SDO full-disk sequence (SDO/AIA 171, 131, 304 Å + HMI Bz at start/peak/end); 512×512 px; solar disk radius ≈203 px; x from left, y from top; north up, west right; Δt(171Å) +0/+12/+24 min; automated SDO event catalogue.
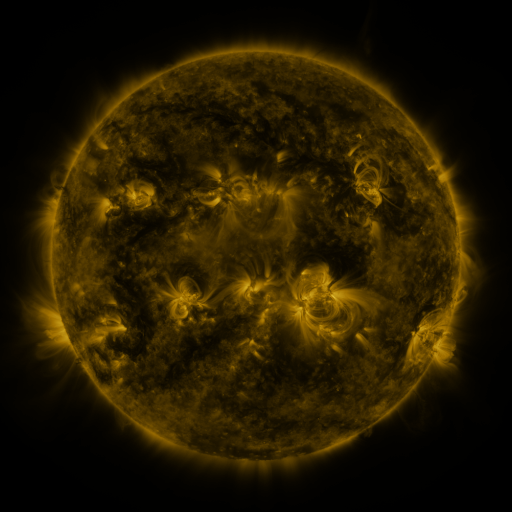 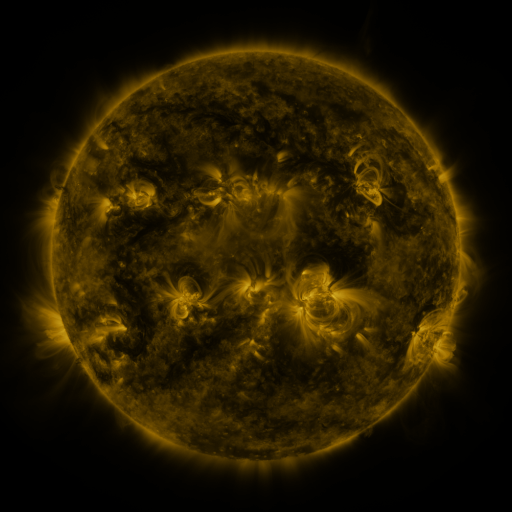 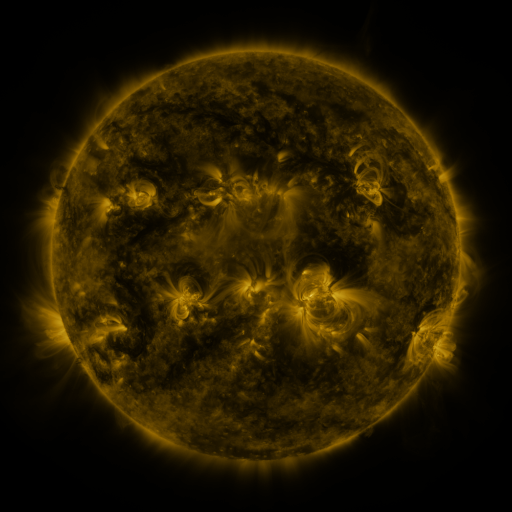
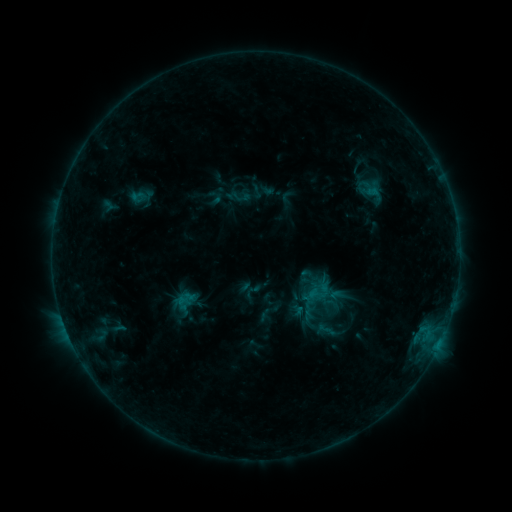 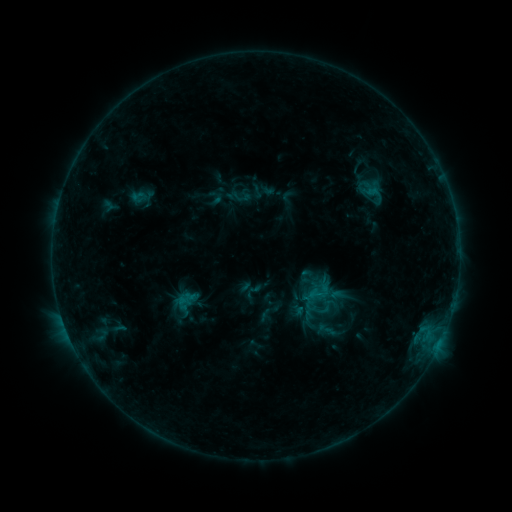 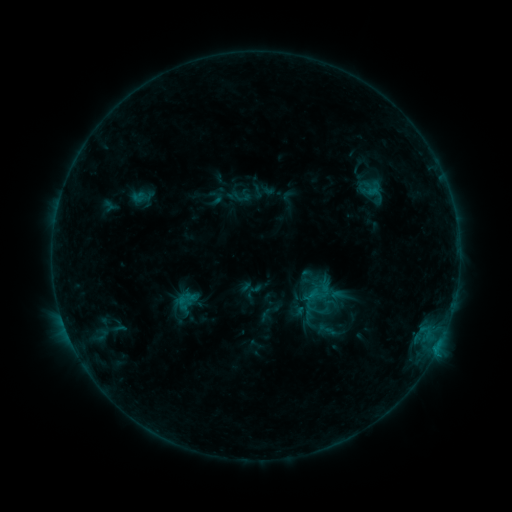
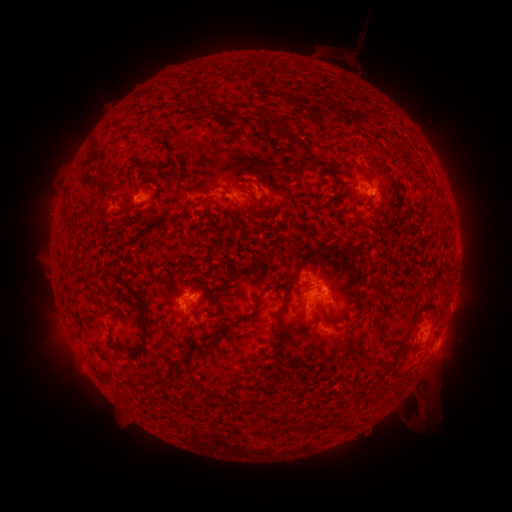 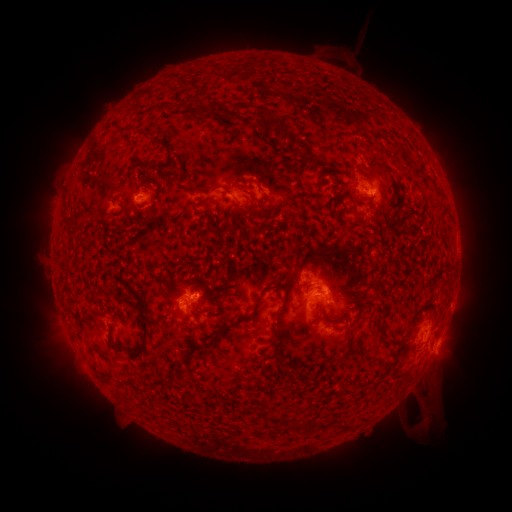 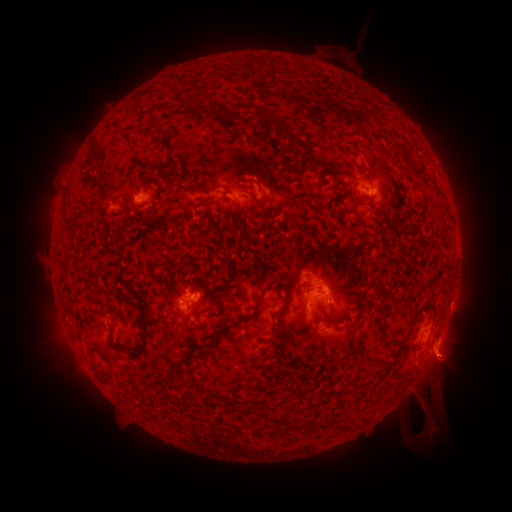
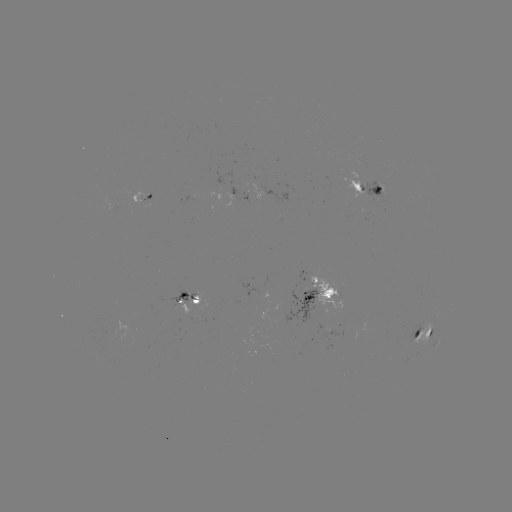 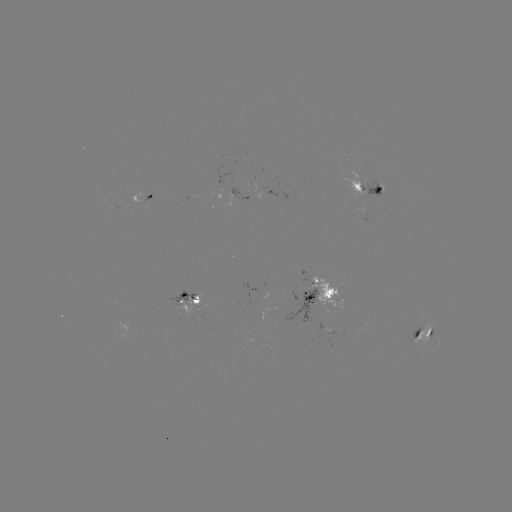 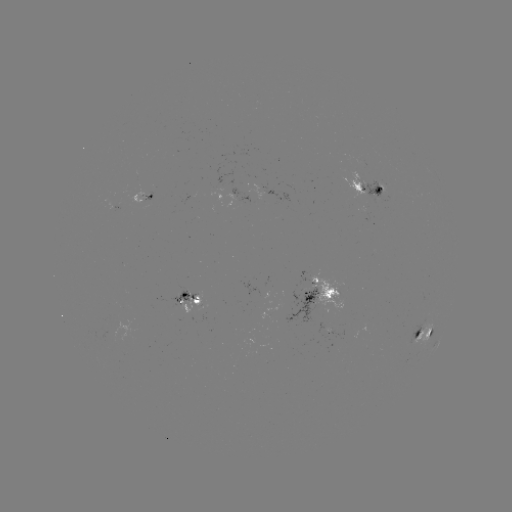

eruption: [406, 397, 462, 459]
